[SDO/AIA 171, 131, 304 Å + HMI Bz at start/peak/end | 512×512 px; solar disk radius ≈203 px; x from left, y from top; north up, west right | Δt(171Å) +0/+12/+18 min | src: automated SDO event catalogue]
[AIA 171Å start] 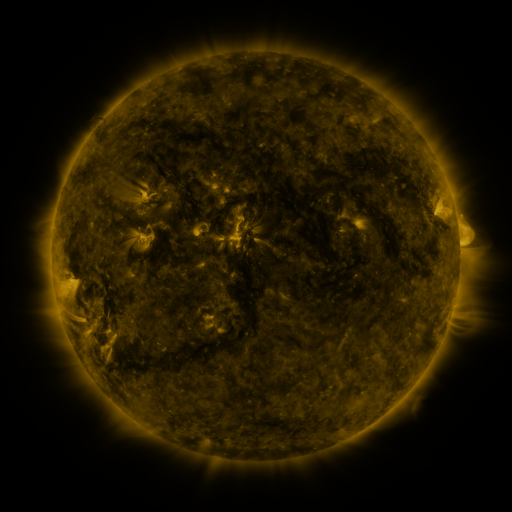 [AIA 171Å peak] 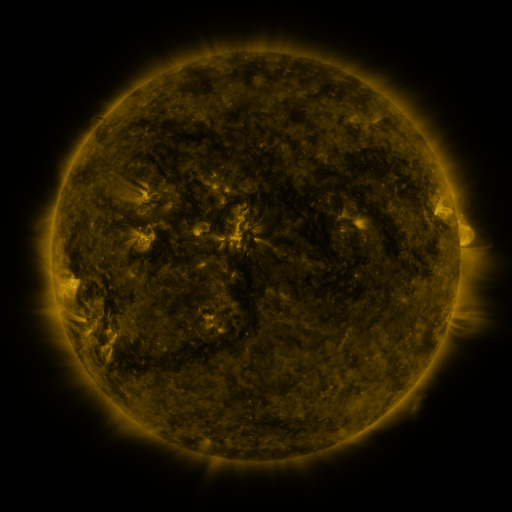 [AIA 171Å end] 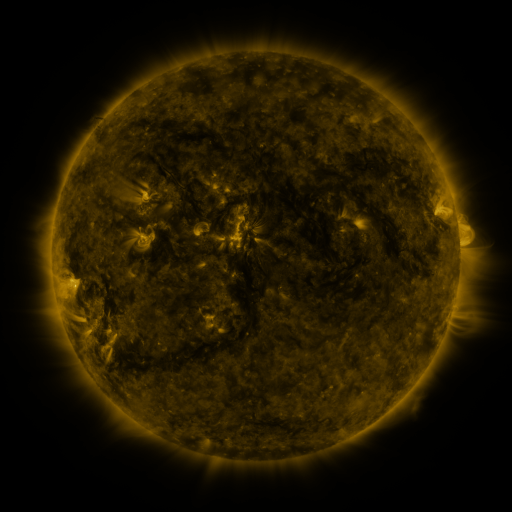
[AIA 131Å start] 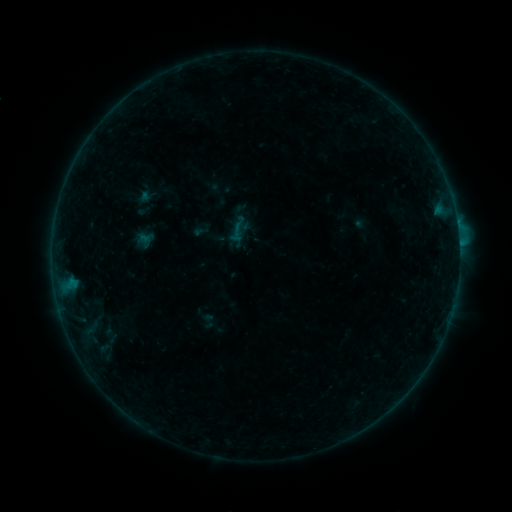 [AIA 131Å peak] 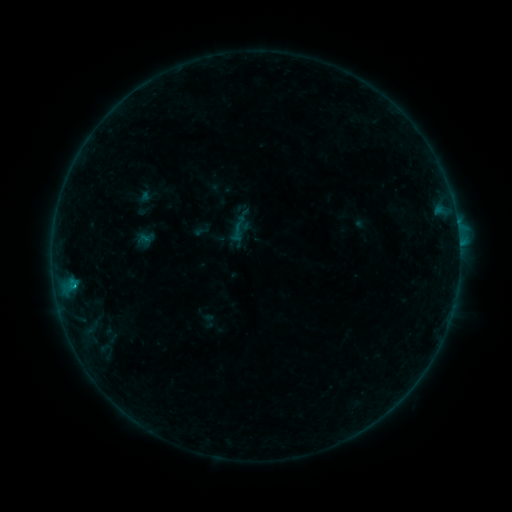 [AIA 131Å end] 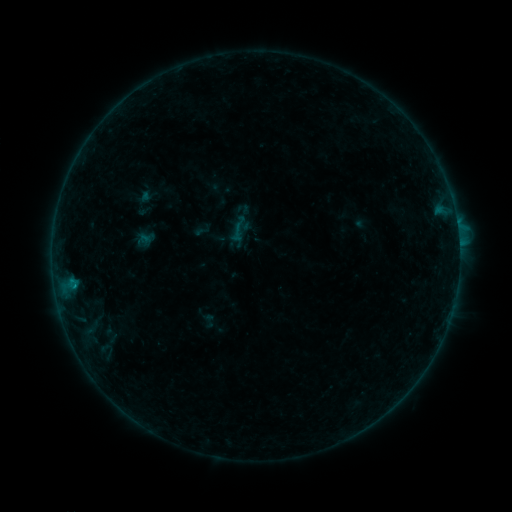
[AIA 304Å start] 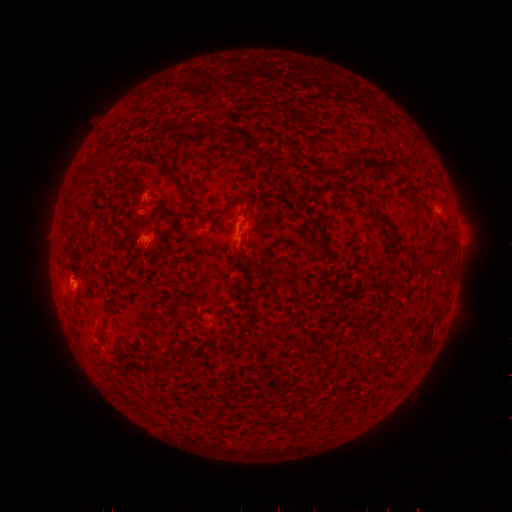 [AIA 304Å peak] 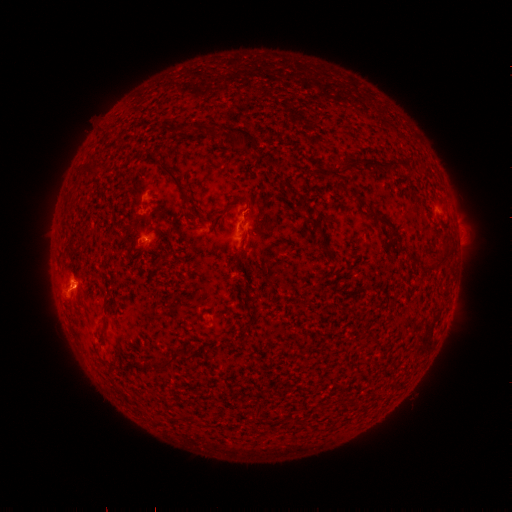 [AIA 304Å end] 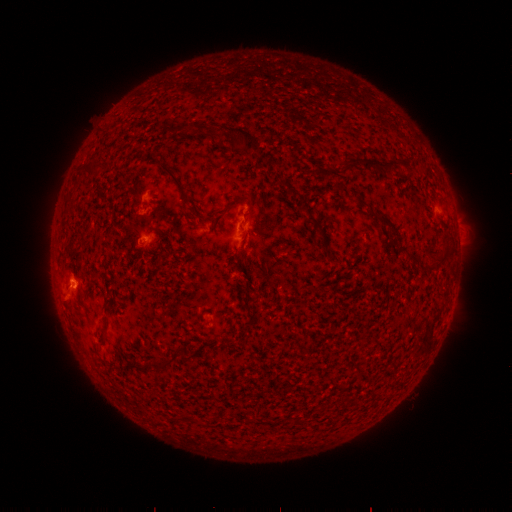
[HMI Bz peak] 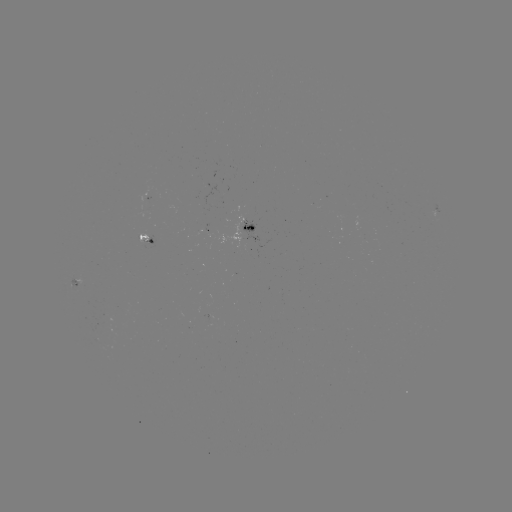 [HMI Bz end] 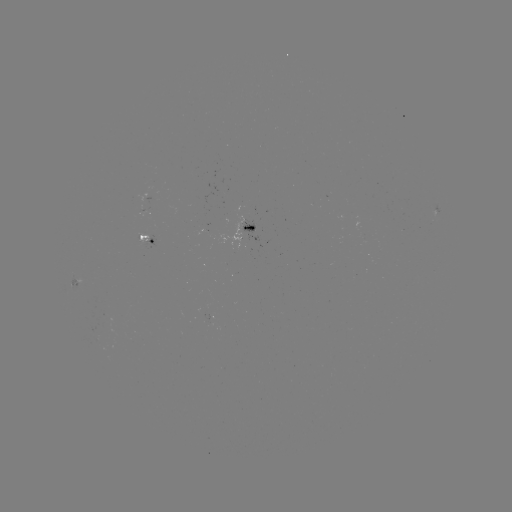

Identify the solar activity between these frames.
B5.9 flare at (74, 286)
